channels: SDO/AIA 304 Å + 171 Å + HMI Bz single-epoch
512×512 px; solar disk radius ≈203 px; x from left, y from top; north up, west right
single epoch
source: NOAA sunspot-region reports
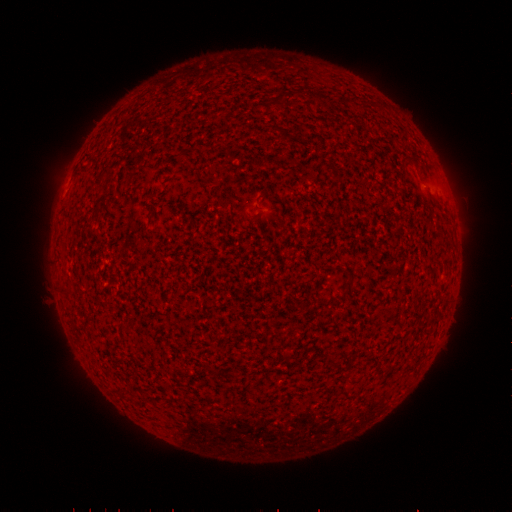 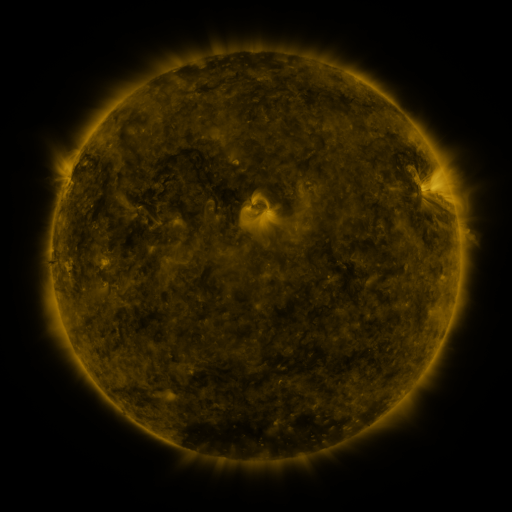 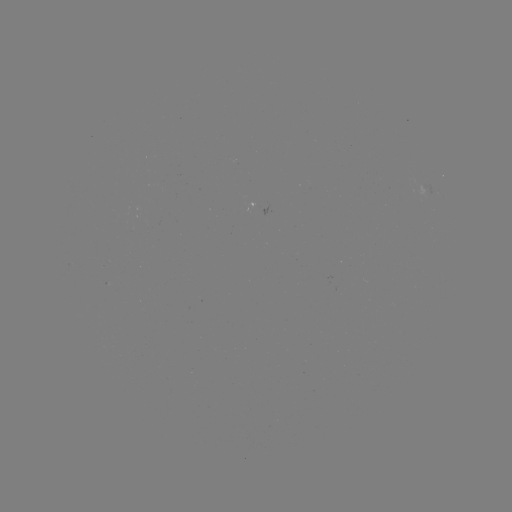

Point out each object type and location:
(none)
